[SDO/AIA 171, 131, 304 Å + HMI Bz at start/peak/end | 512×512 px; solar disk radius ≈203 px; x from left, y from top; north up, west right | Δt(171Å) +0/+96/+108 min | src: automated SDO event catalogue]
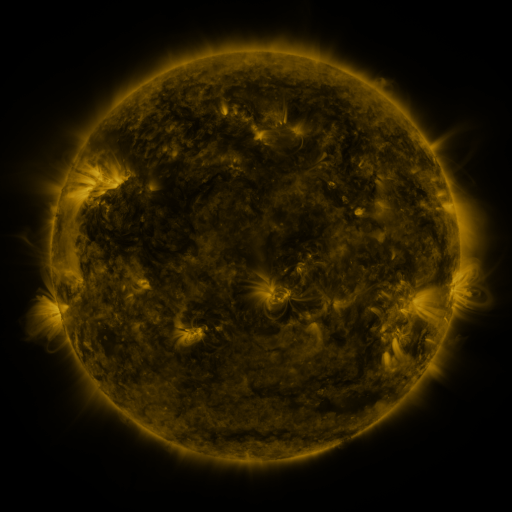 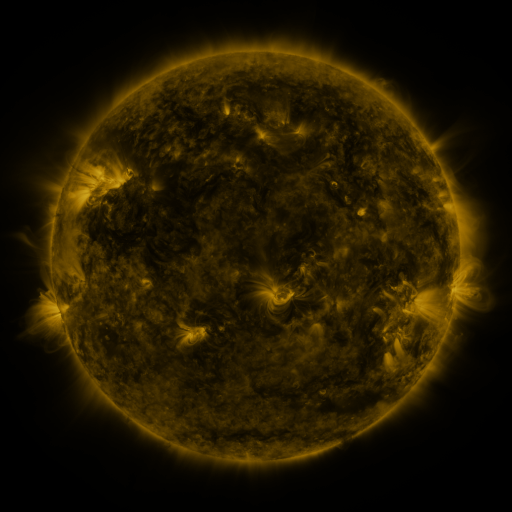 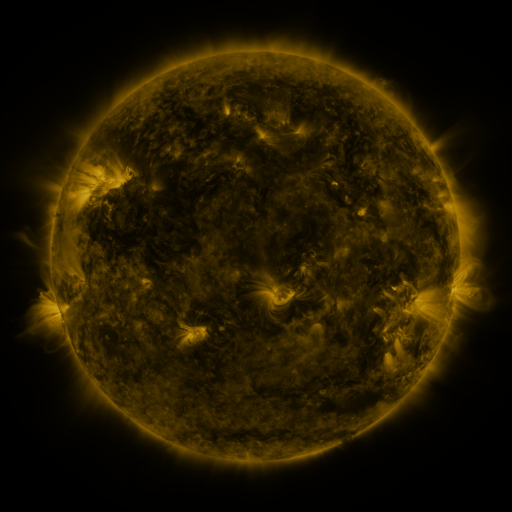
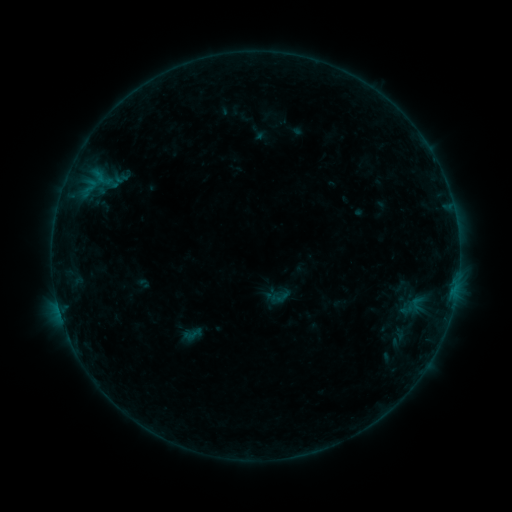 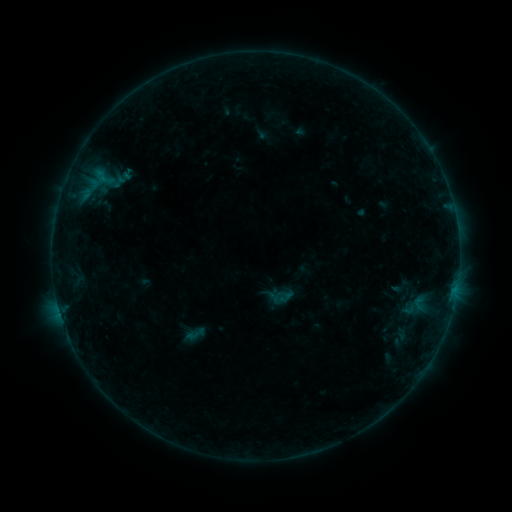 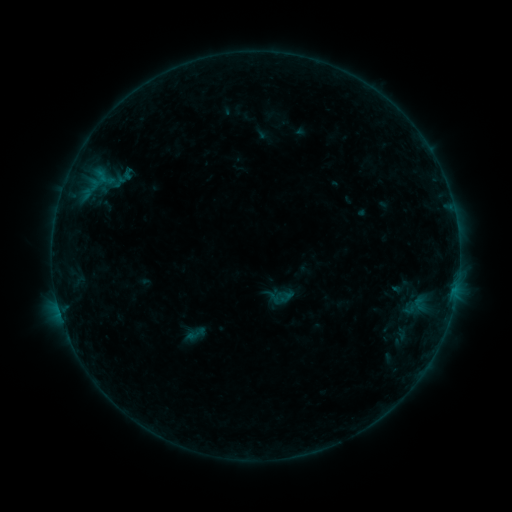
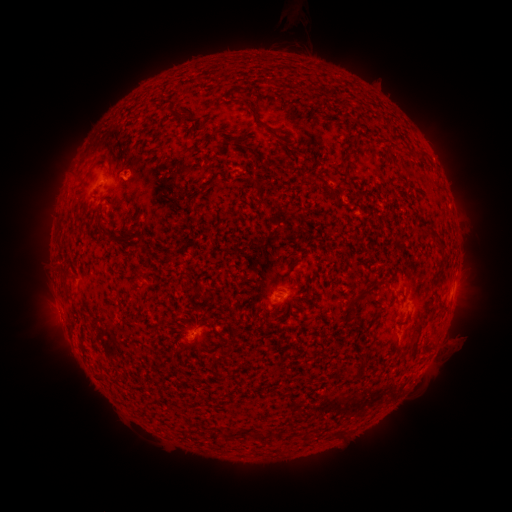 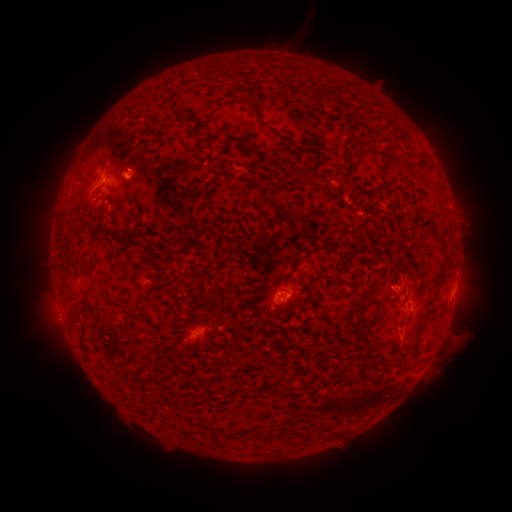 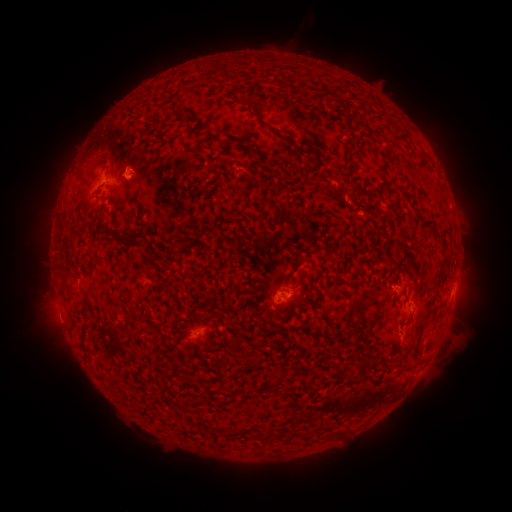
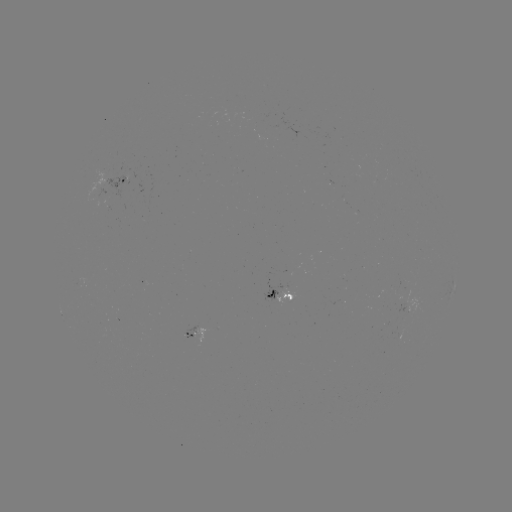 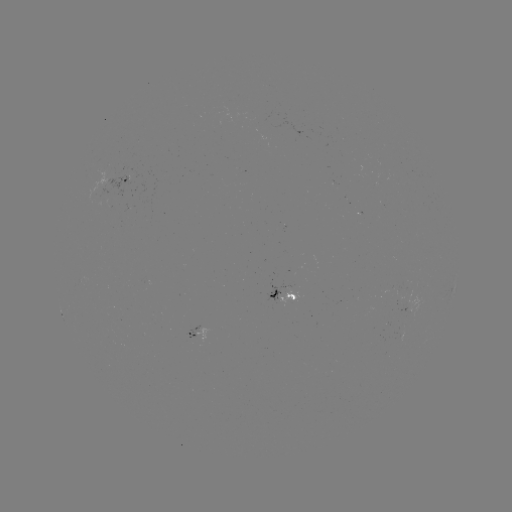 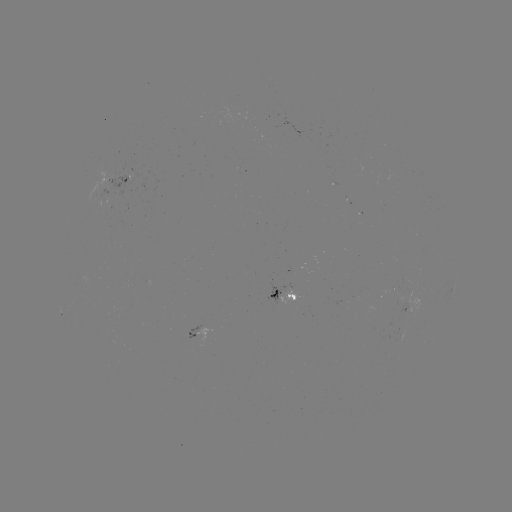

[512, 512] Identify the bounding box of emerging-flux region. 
[278, 284, 297, 307].